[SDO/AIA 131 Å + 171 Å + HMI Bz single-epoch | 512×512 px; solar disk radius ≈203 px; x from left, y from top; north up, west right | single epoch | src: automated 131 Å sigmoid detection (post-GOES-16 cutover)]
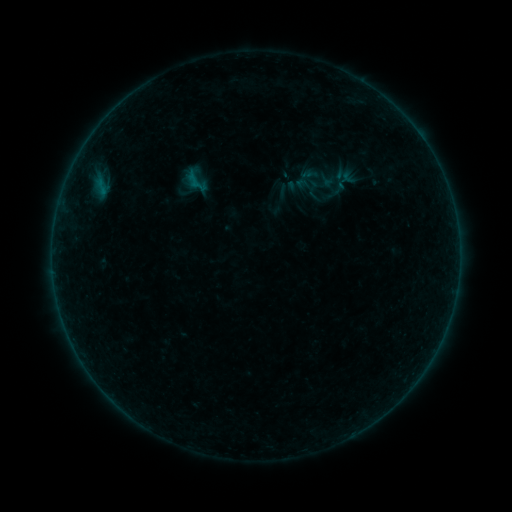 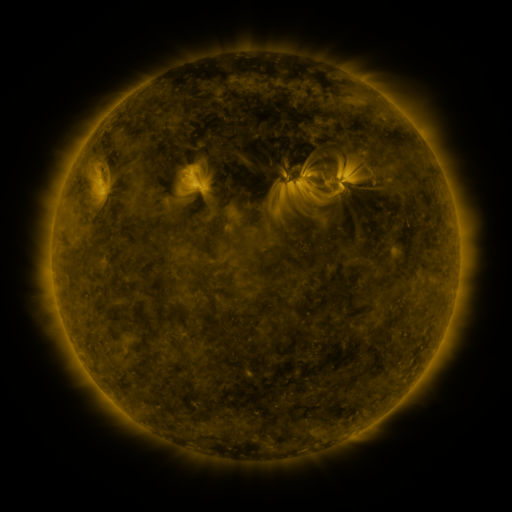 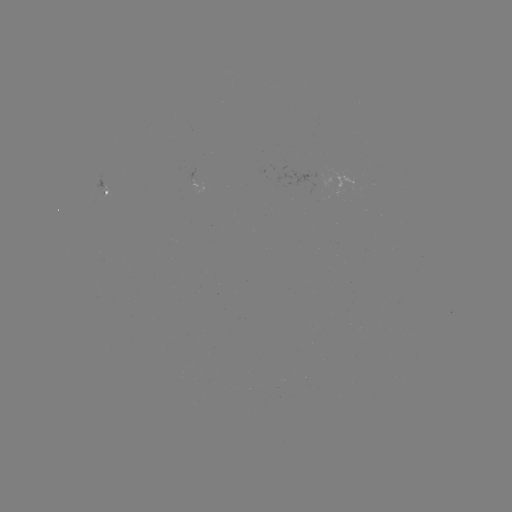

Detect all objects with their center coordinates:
sigmoid: (196, 180)
sigmoid: (308, 184)
